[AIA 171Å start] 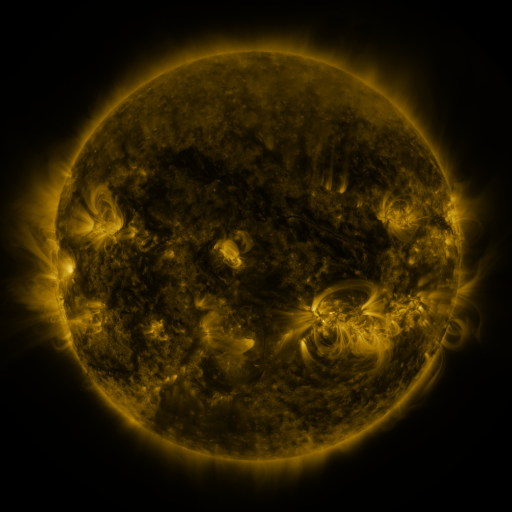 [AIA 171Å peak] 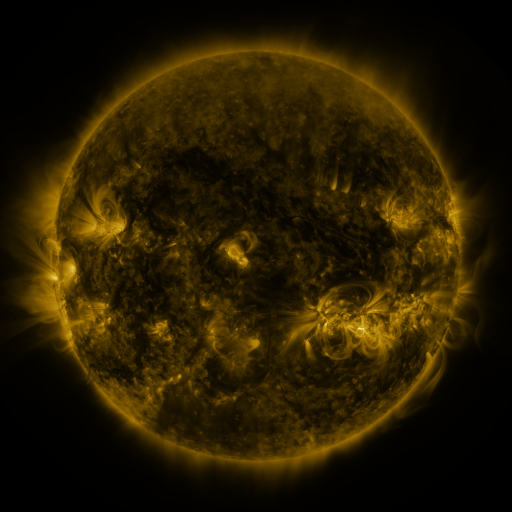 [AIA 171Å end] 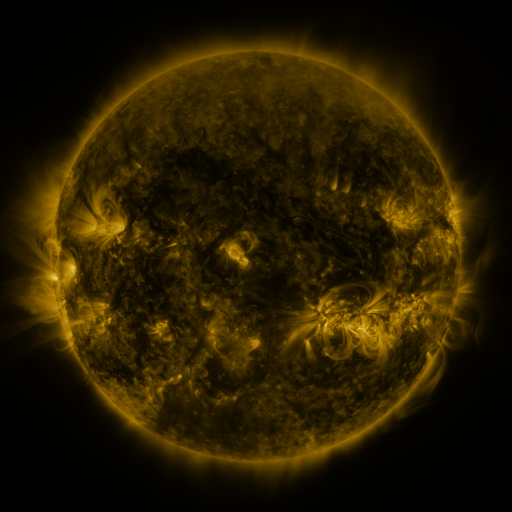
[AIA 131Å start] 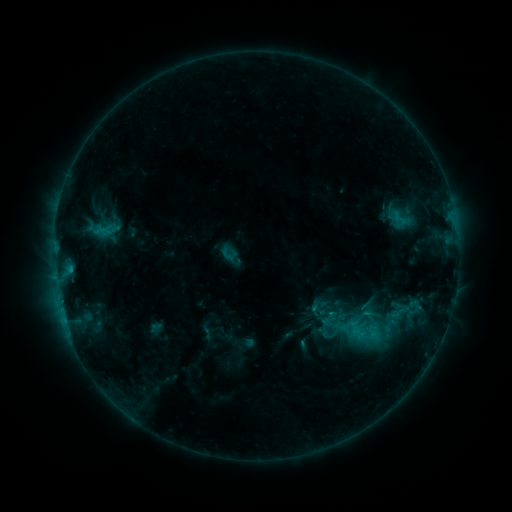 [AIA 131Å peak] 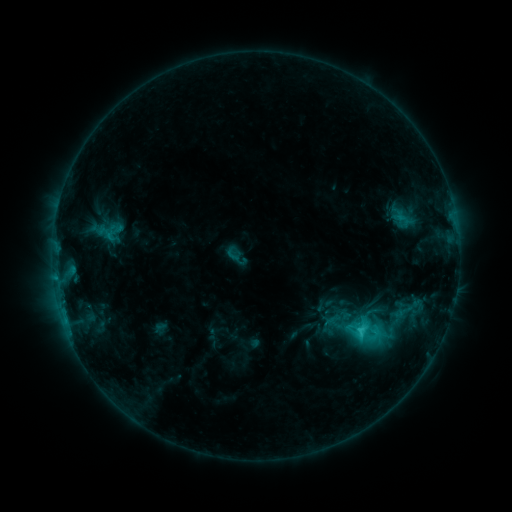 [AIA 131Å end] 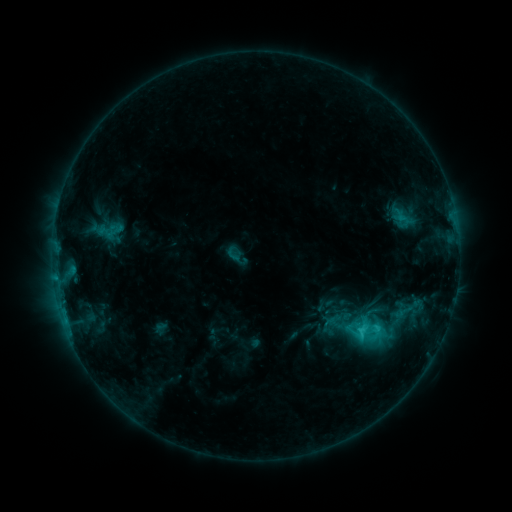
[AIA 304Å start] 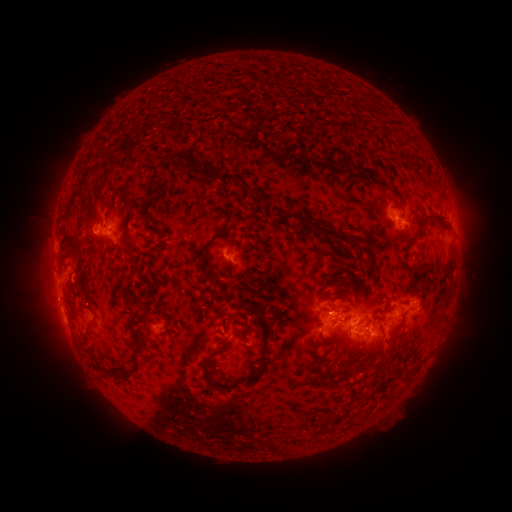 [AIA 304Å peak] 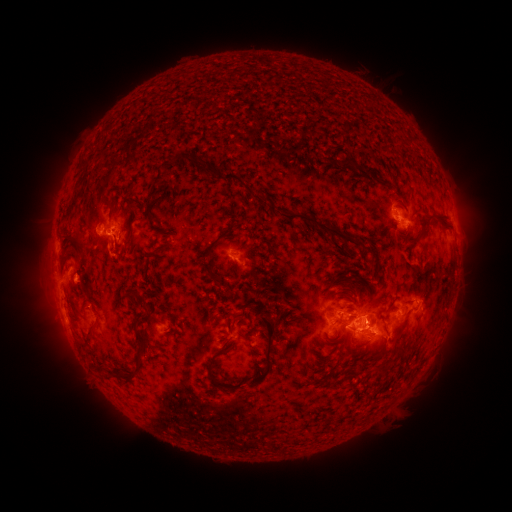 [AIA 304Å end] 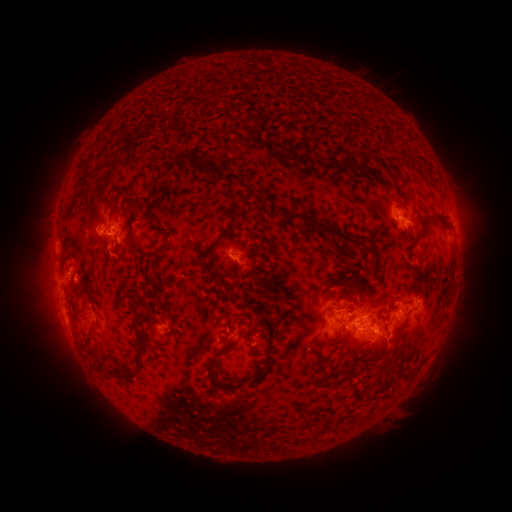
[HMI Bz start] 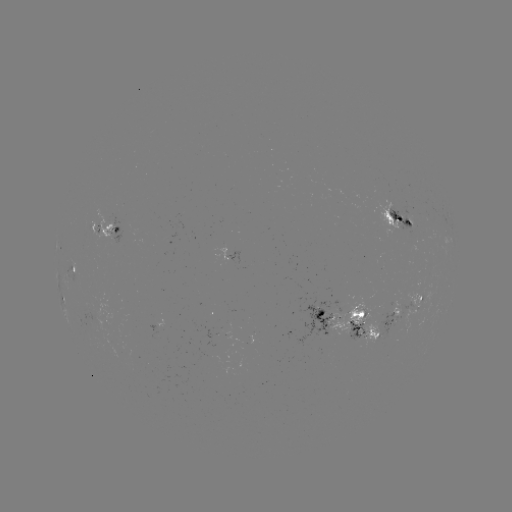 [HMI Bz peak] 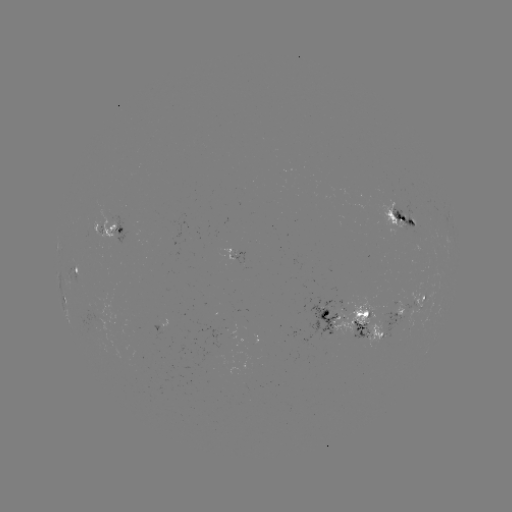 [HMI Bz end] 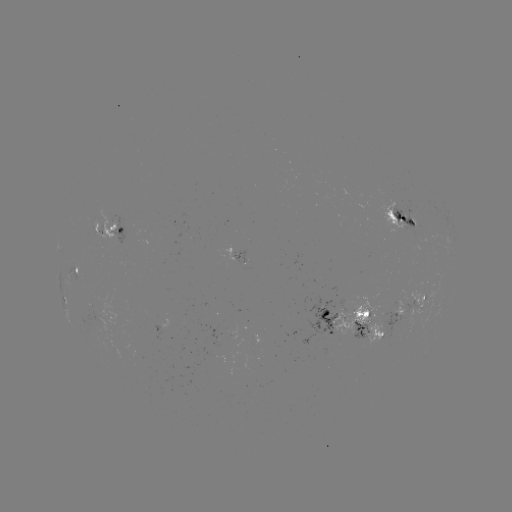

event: emerging-flux region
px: (343, 310)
